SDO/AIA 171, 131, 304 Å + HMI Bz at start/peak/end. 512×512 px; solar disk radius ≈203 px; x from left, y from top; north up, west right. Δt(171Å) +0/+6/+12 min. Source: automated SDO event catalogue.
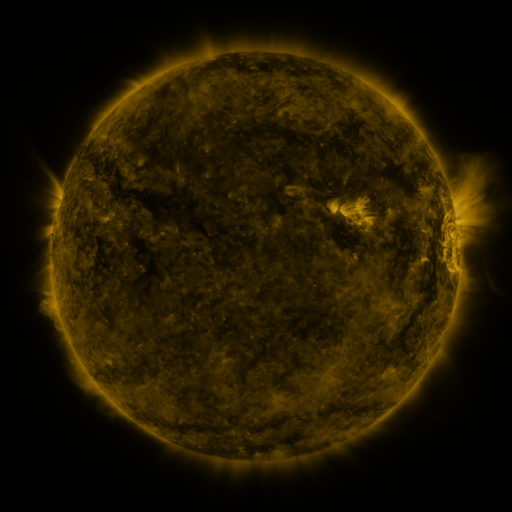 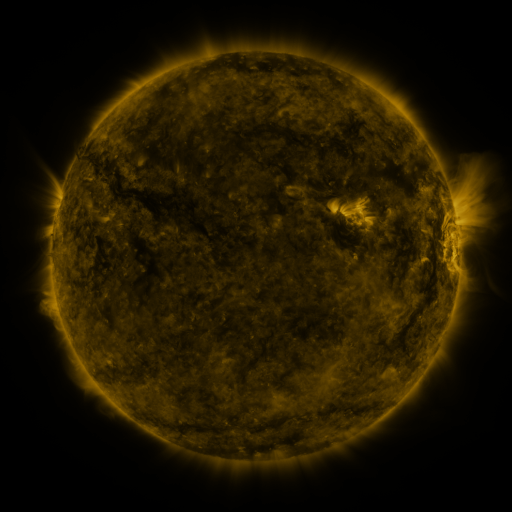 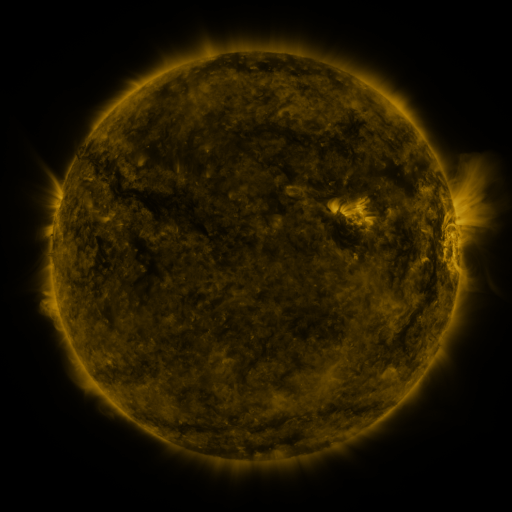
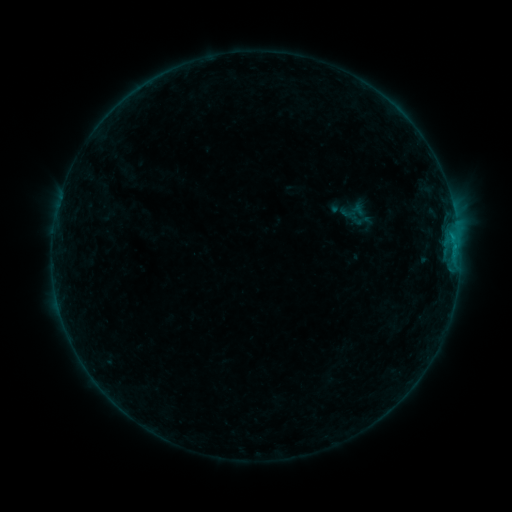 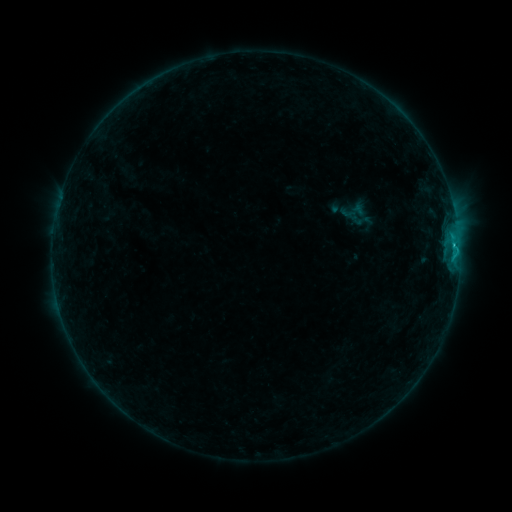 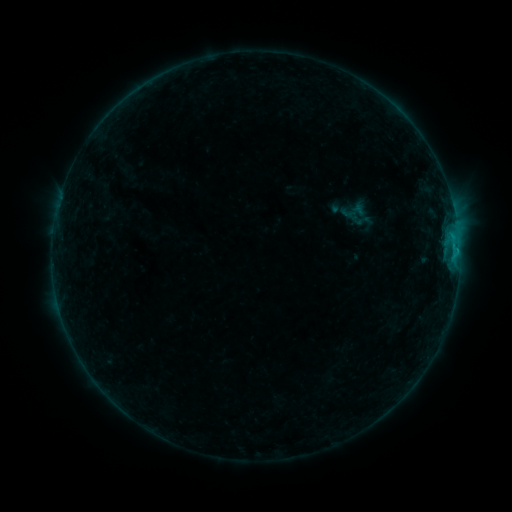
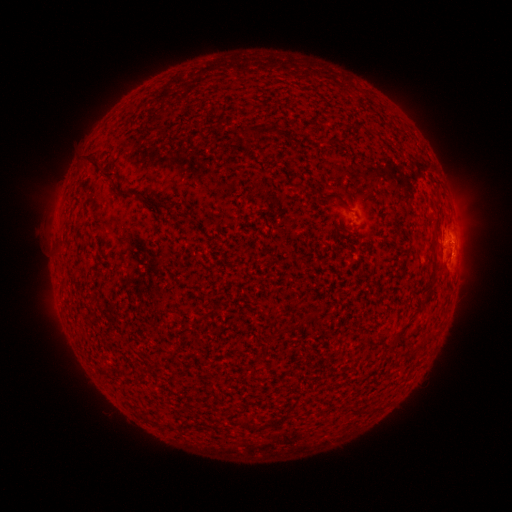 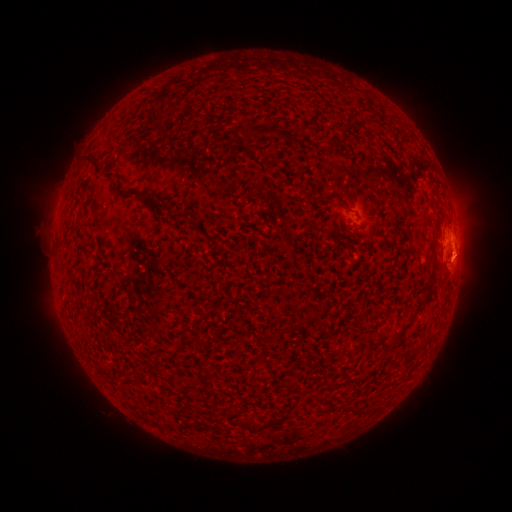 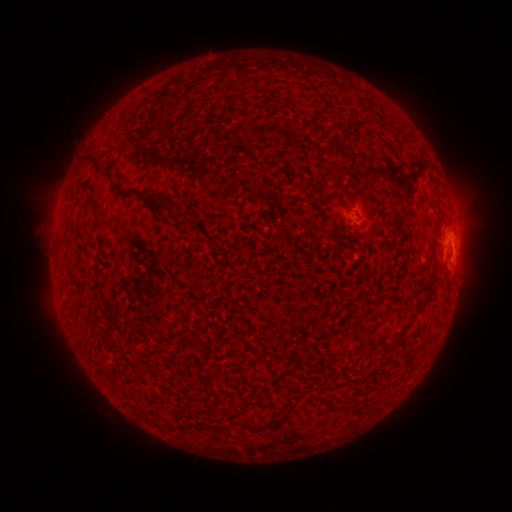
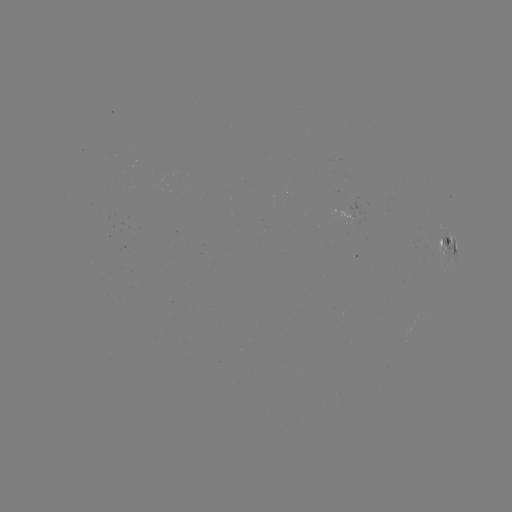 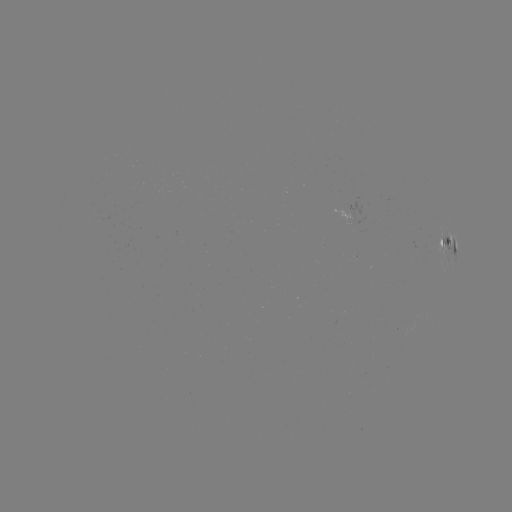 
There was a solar flare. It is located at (453, 249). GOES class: C1.0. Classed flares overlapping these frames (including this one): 1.